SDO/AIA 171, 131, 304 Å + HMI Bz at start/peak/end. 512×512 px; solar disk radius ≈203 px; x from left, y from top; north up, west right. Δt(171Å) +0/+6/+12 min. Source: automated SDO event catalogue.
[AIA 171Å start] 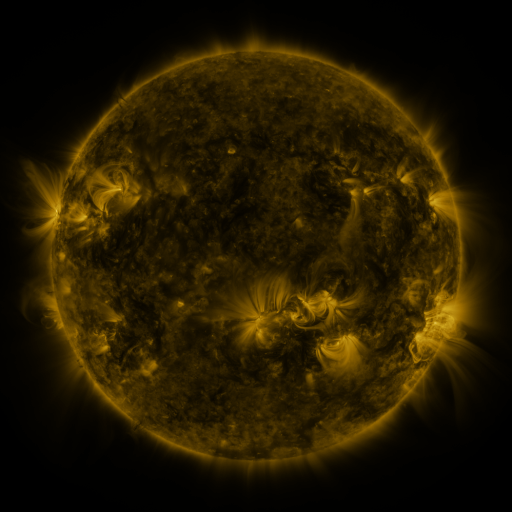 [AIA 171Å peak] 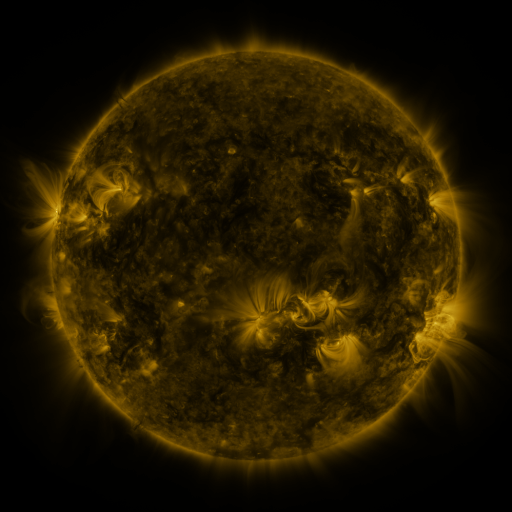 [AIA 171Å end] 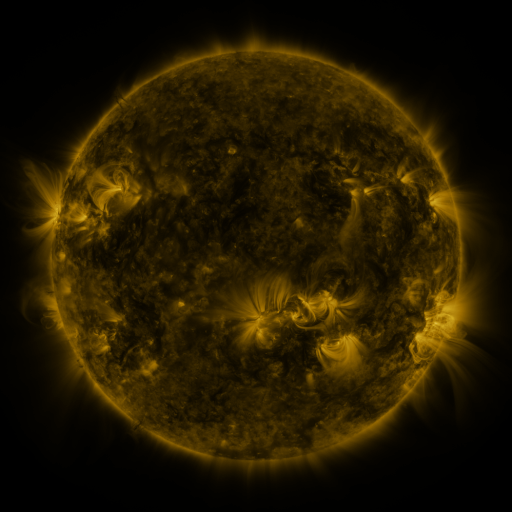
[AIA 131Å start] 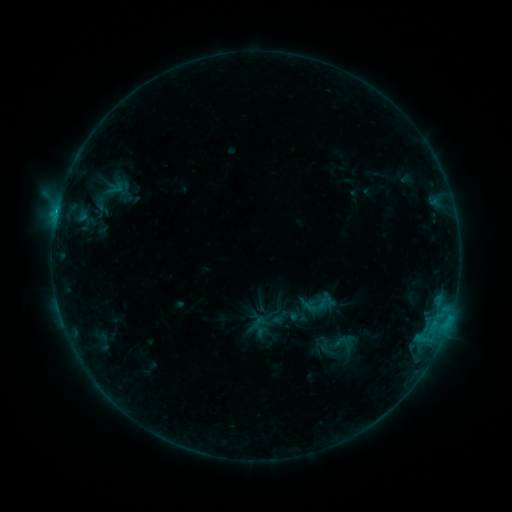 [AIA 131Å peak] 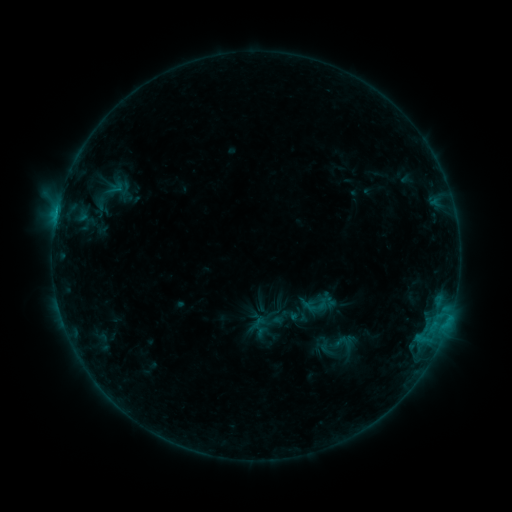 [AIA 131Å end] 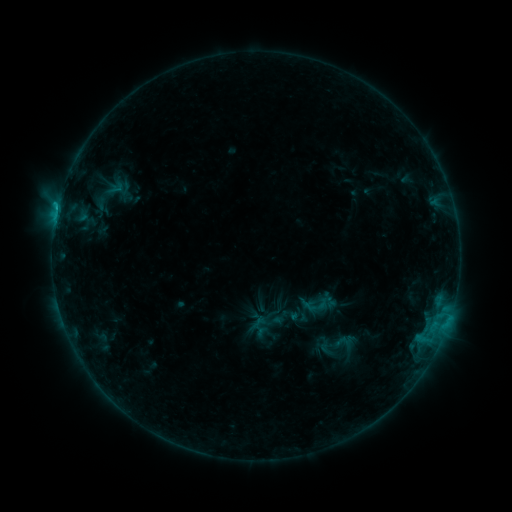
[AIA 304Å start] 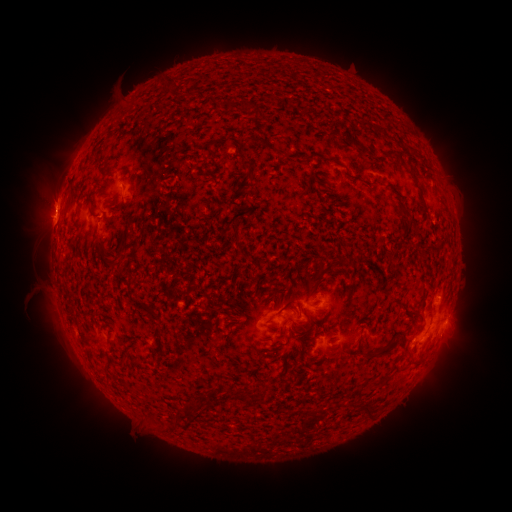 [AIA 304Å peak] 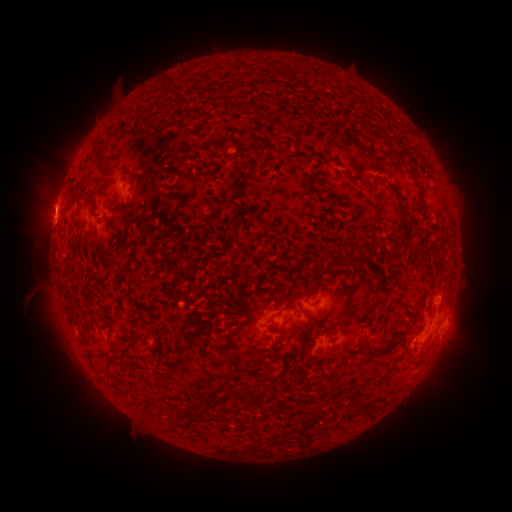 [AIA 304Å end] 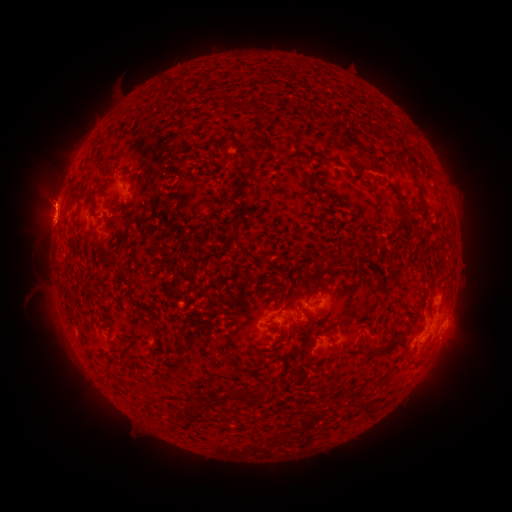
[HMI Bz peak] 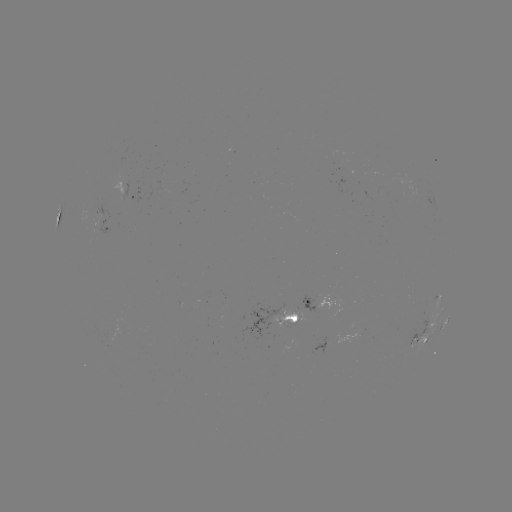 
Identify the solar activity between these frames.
eruption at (51, 197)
